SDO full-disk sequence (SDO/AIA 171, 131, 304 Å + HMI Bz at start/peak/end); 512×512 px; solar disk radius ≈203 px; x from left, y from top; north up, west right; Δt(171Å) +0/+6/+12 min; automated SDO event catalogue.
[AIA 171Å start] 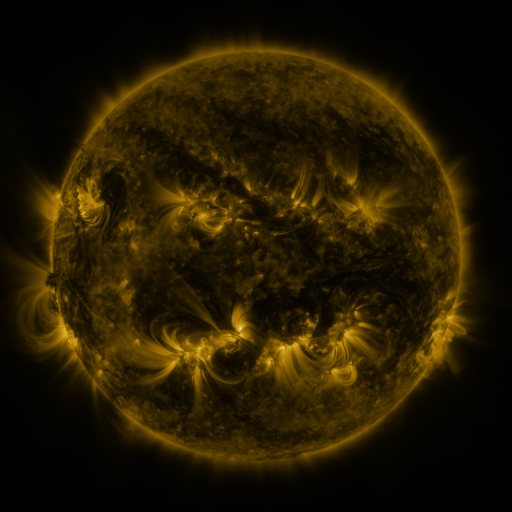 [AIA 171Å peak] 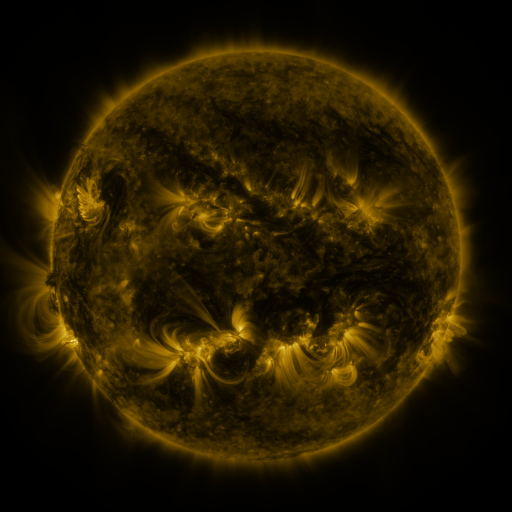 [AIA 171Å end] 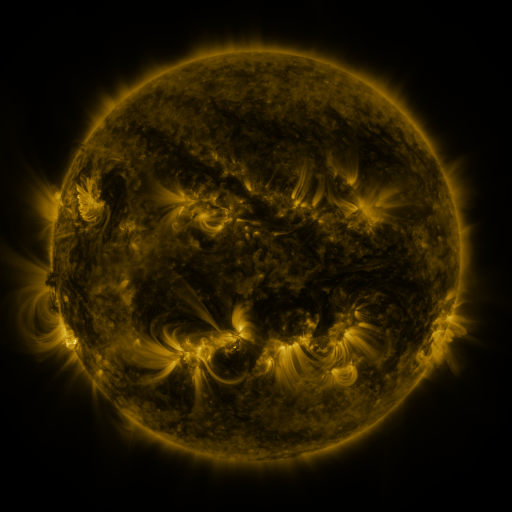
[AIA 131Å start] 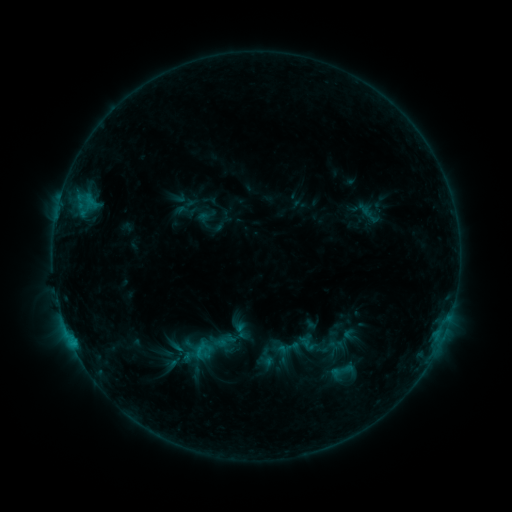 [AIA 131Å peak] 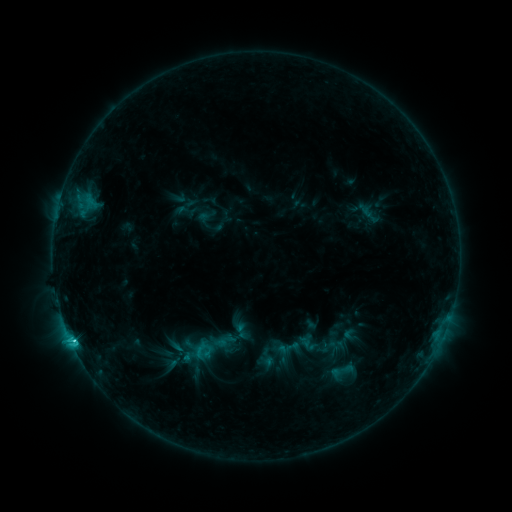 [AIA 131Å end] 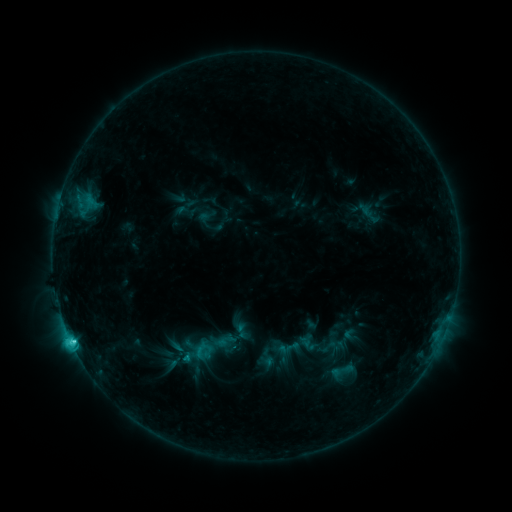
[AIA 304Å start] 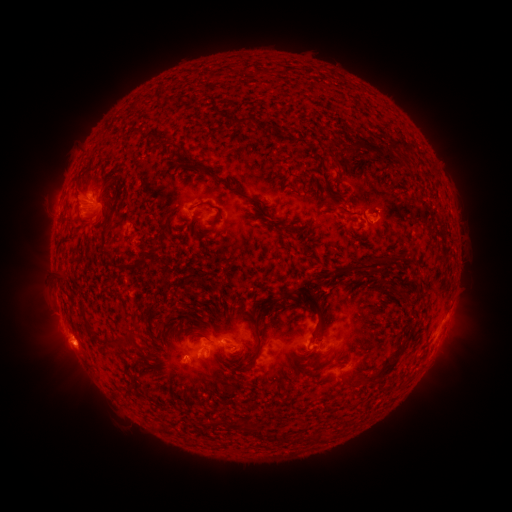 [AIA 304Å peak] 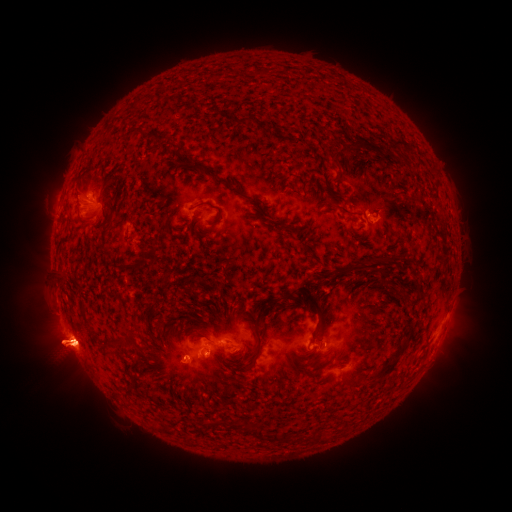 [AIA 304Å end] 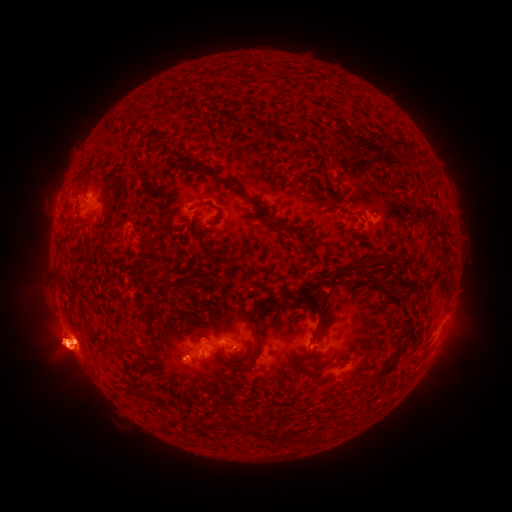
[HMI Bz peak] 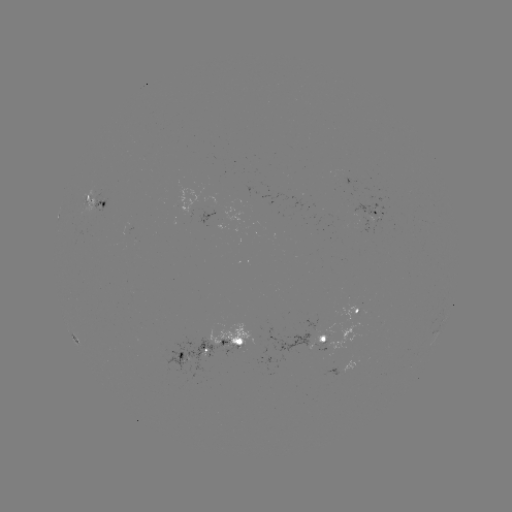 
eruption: (417, 297, 484, 393)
